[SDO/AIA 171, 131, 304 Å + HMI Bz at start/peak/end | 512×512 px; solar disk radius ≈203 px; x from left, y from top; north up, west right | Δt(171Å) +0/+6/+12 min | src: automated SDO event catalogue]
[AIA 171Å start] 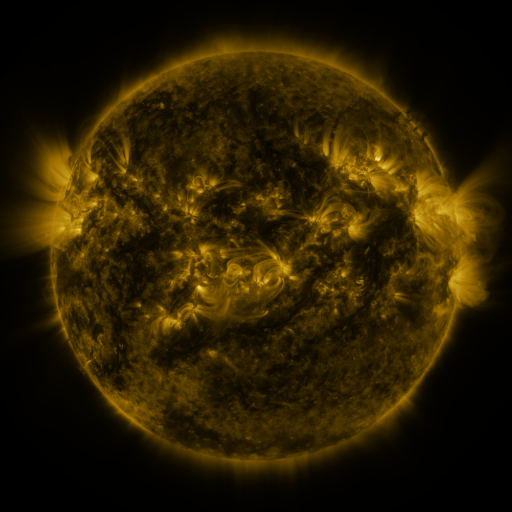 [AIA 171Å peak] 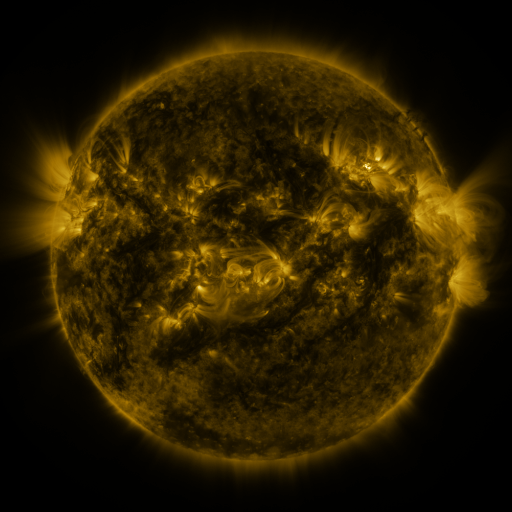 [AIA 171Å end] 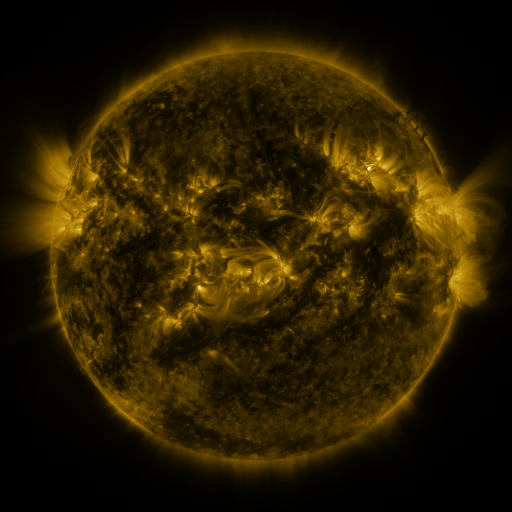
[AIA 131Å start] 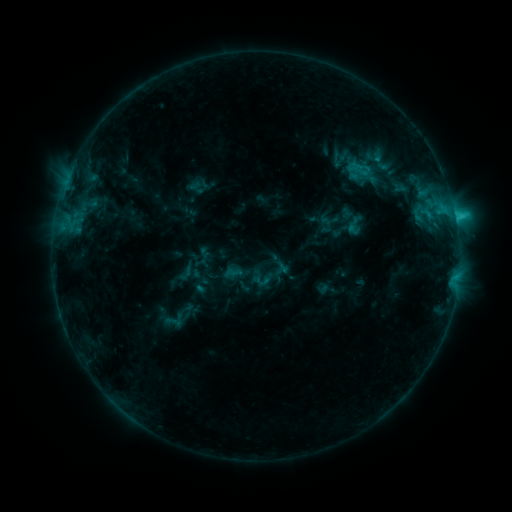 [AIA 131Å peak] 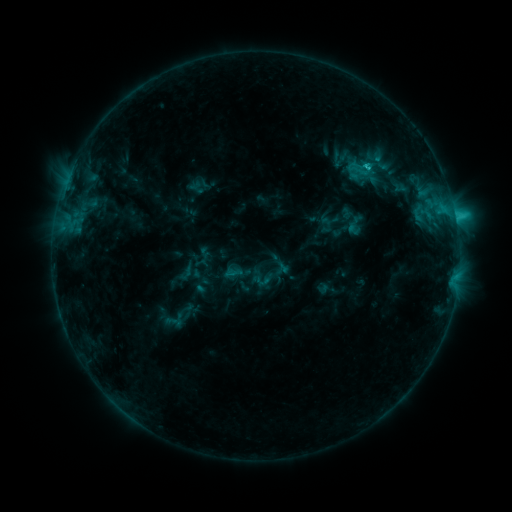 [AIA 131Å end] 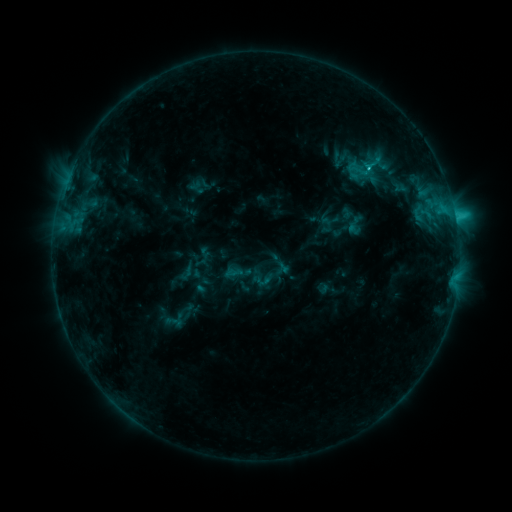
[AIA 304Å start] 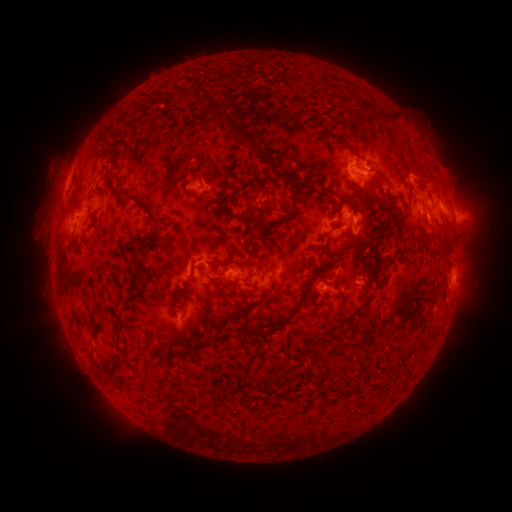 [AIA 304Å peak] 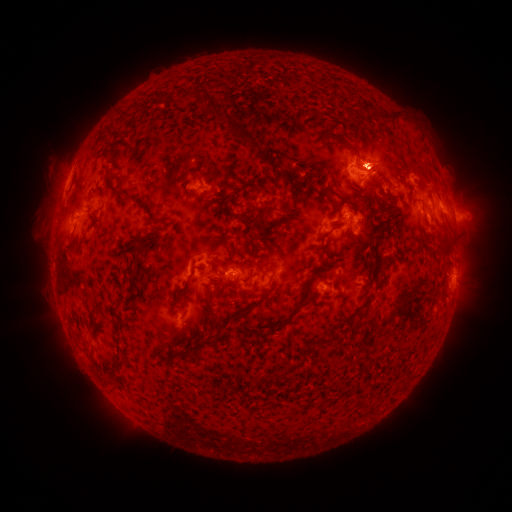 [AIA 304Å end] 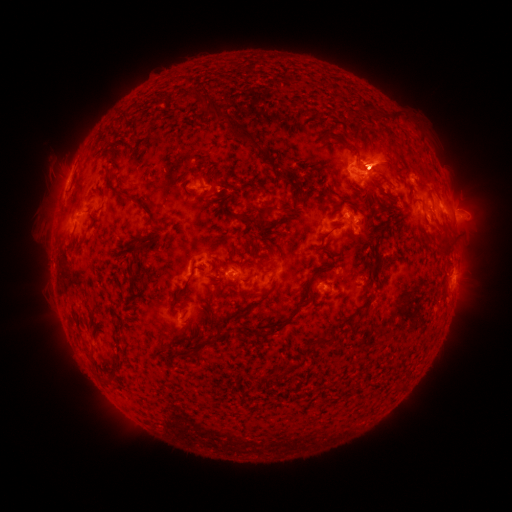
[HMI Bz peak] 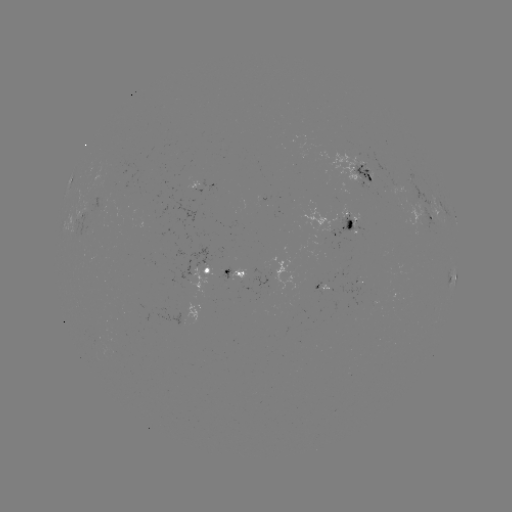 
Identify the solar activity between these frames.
eruption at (373, 153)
